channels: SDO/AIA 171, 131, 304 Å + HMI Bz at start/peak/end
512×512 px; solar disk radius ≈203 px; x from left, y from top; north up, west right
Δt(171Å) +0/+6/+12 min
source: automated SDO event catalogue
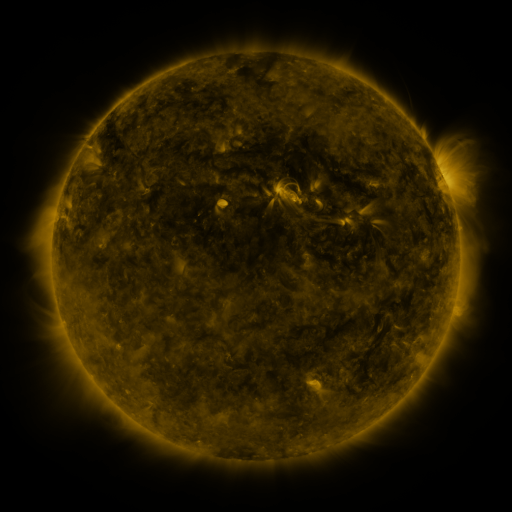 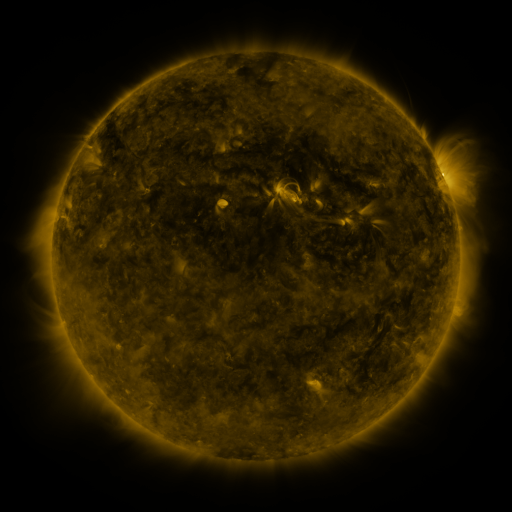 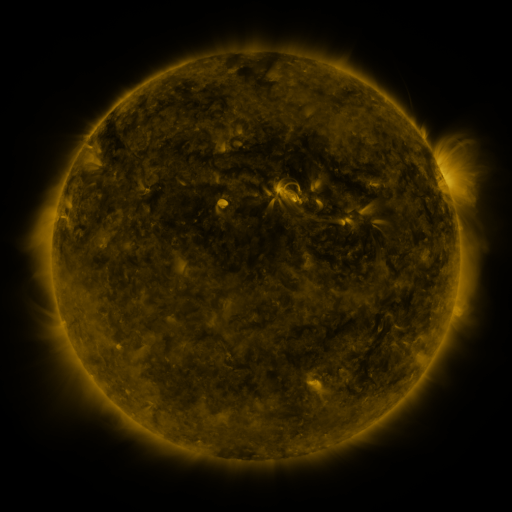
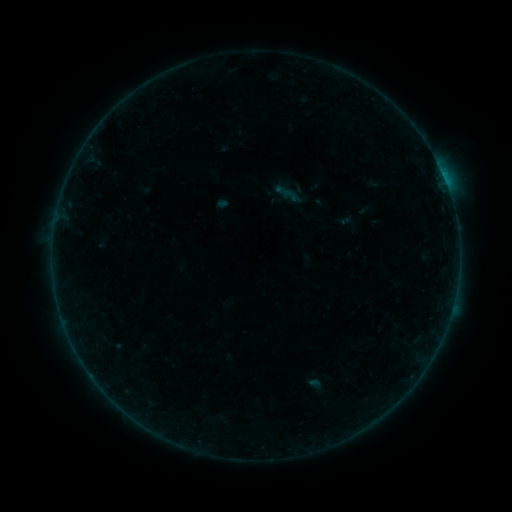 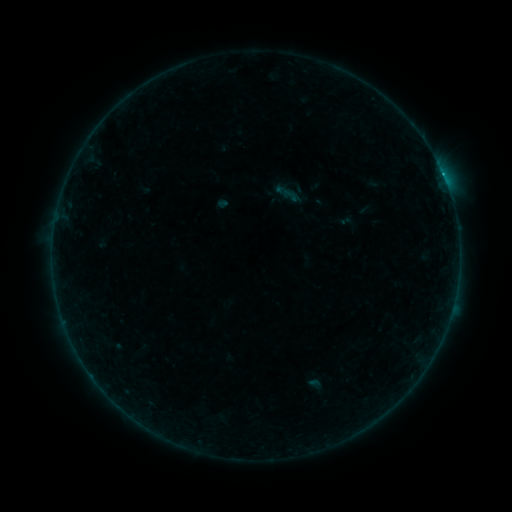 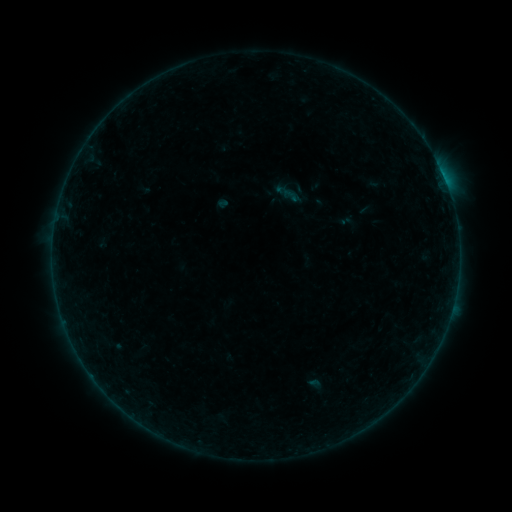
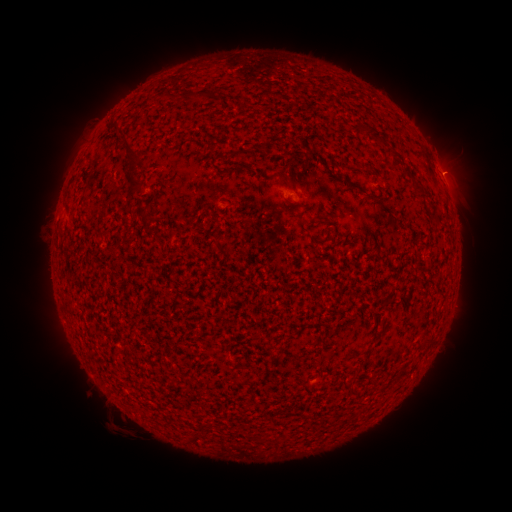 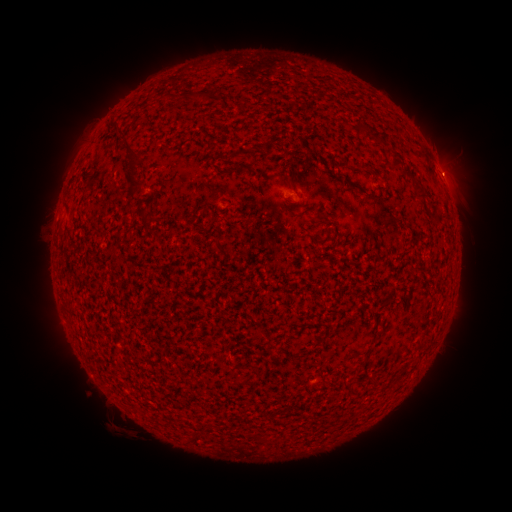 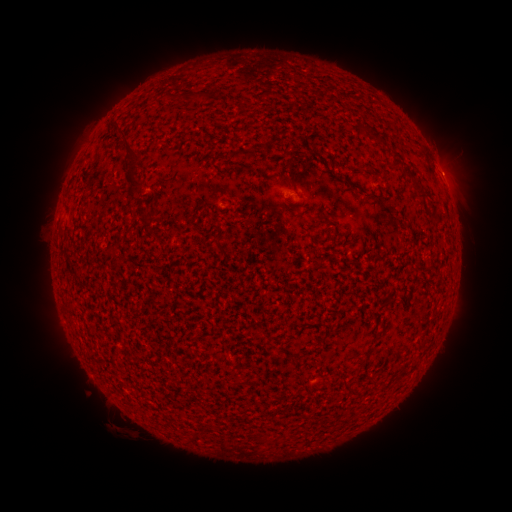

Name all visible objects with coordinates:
B2.2 flare: (444, 181)
